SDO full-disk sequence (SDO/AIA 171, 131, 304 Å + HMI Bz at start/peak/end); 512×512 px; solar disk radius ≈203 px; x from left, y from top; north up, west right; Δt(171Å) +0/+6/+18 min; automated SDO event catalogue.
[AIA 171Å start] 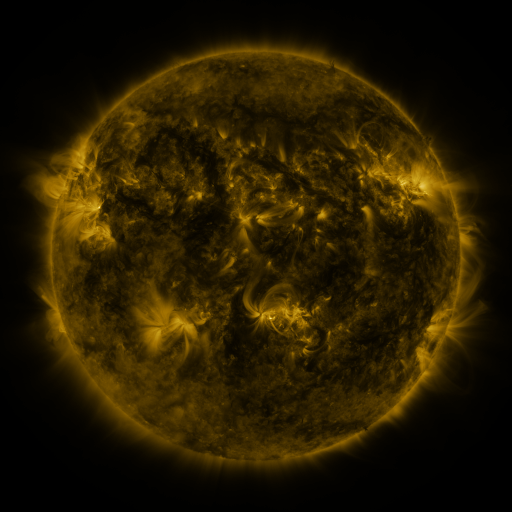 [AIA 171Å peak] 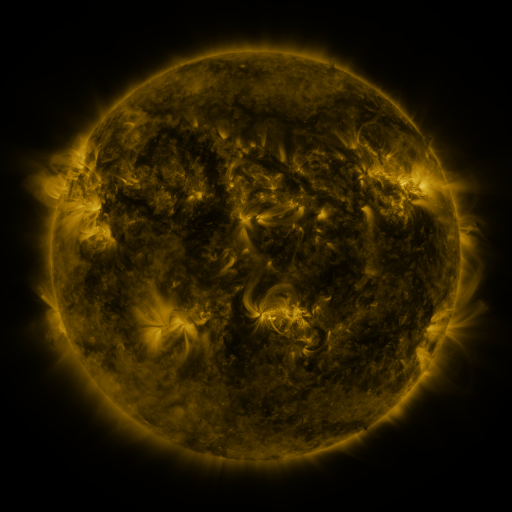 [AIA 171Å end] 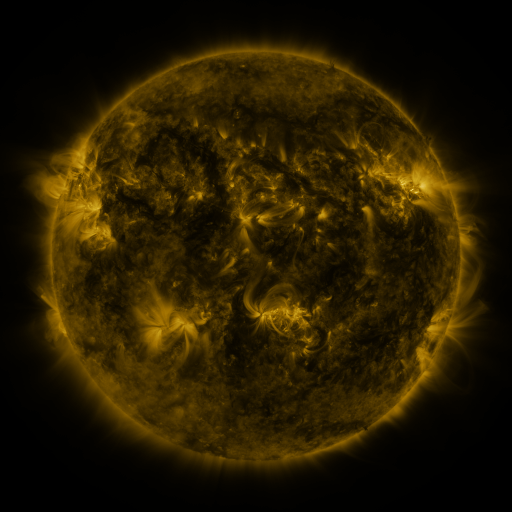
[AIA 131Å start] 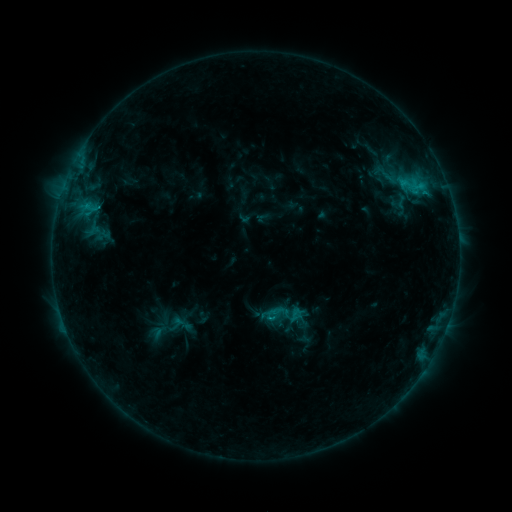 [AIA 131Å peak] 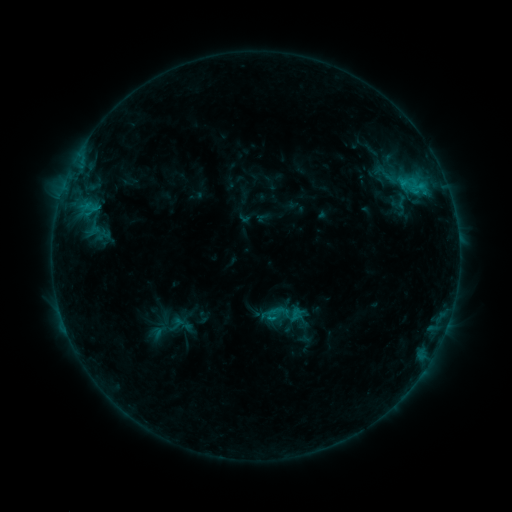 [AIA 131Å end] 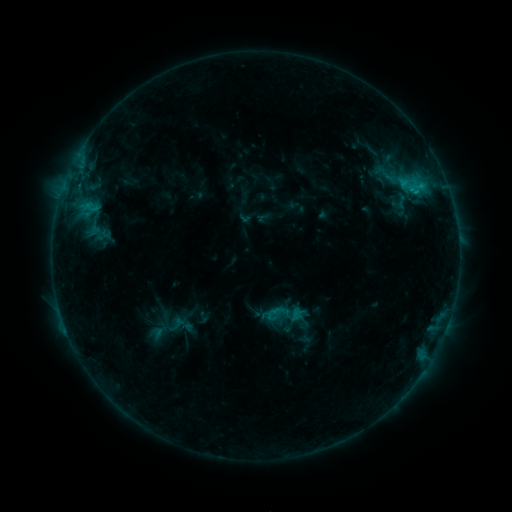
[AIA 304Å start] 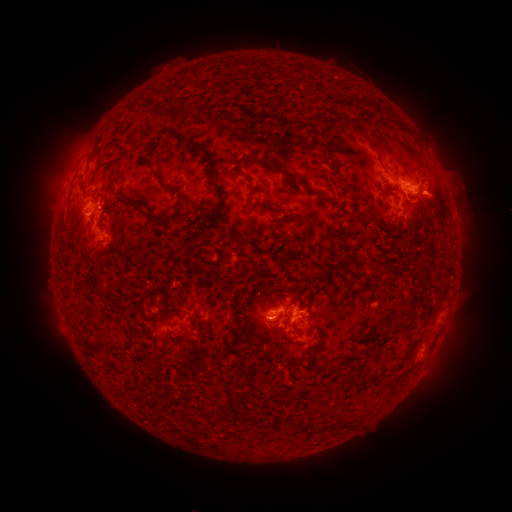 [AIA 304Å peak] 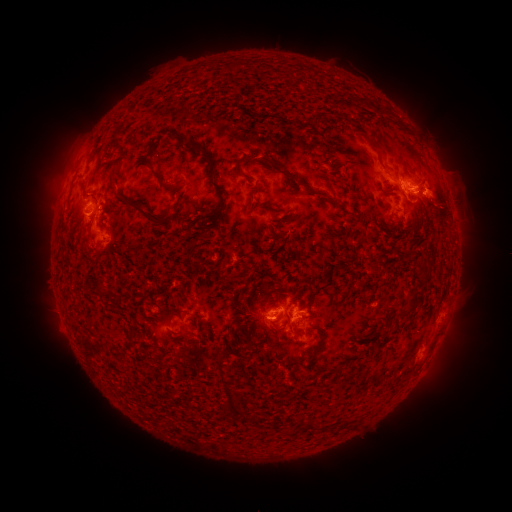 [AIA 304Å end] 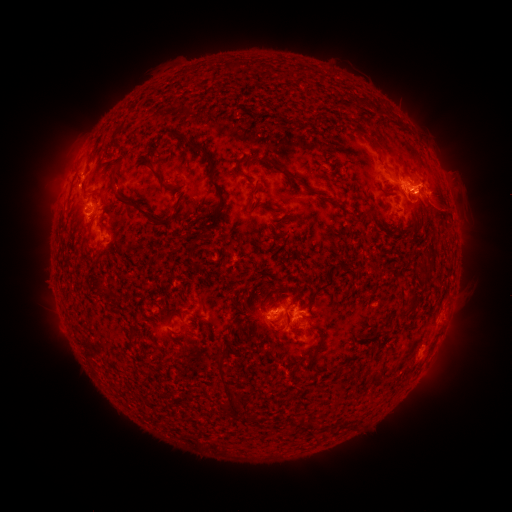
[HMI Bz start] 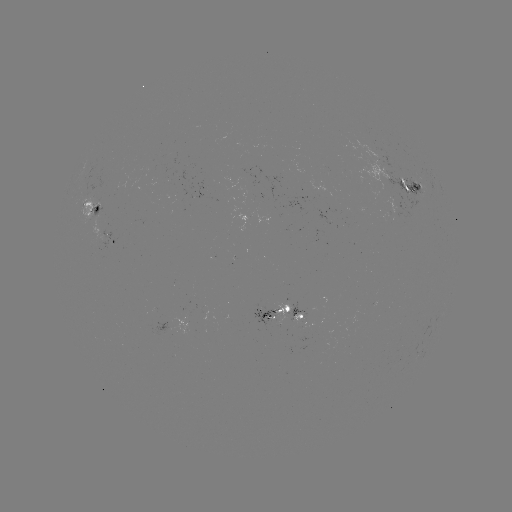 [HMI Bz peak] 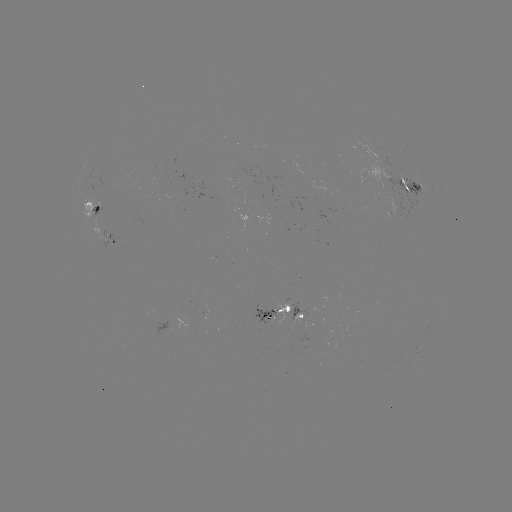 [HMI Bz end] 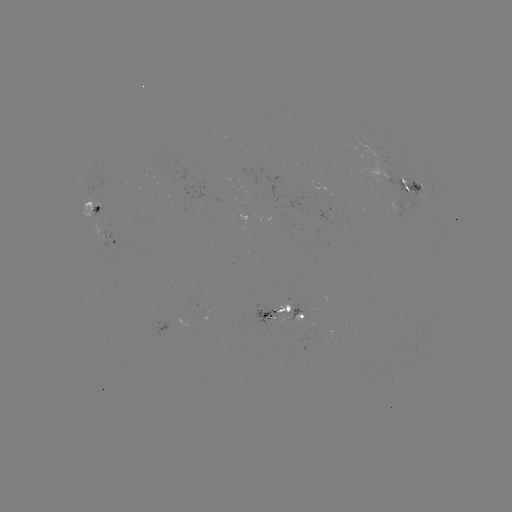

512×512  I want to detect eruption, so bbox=[413, 174, 468, 231].